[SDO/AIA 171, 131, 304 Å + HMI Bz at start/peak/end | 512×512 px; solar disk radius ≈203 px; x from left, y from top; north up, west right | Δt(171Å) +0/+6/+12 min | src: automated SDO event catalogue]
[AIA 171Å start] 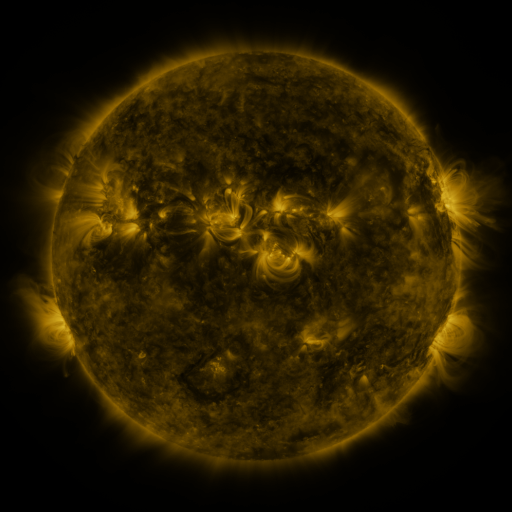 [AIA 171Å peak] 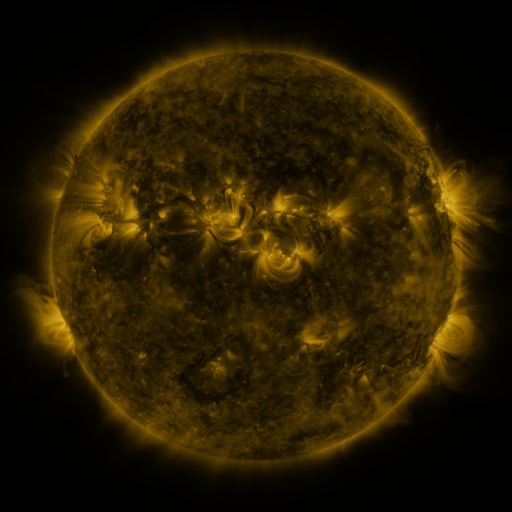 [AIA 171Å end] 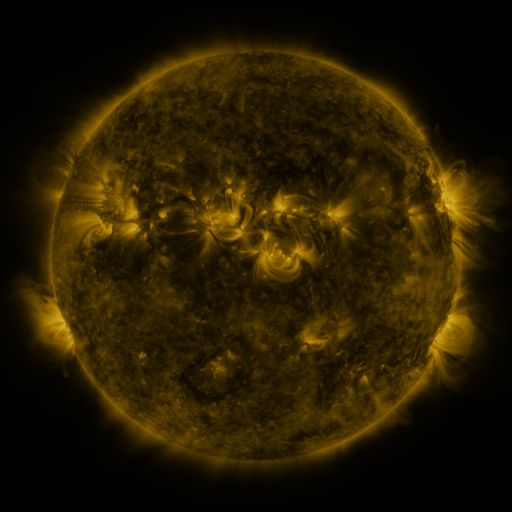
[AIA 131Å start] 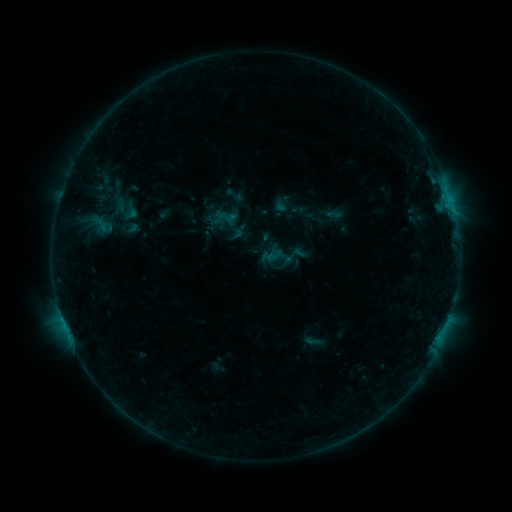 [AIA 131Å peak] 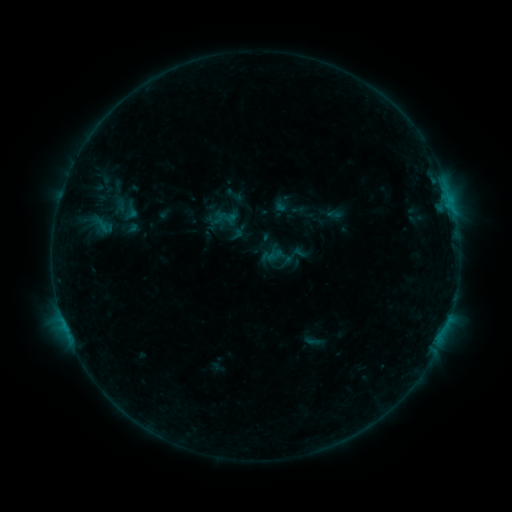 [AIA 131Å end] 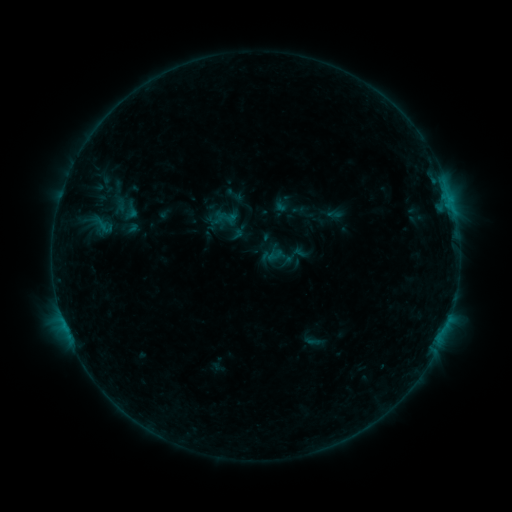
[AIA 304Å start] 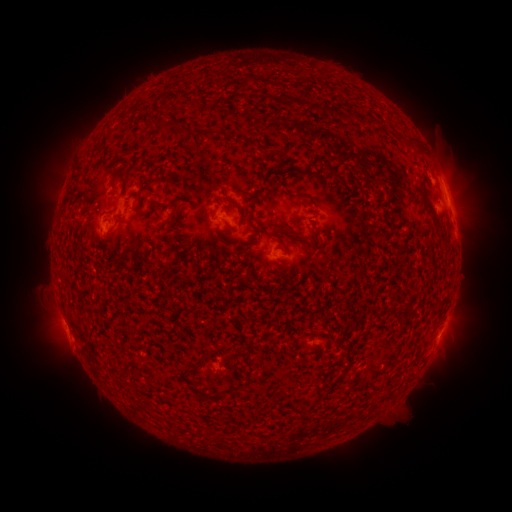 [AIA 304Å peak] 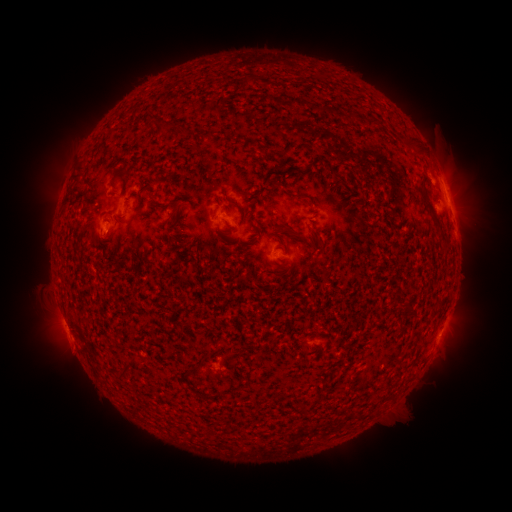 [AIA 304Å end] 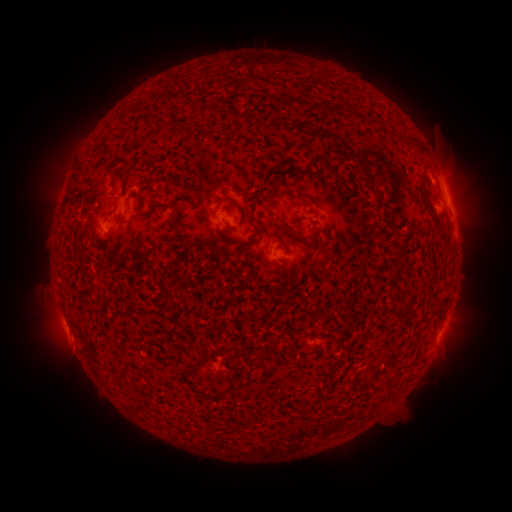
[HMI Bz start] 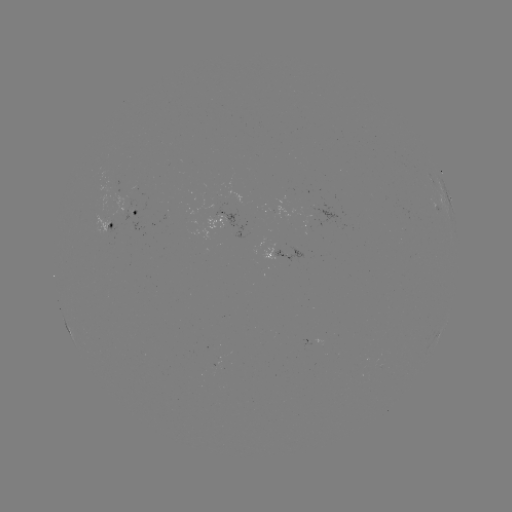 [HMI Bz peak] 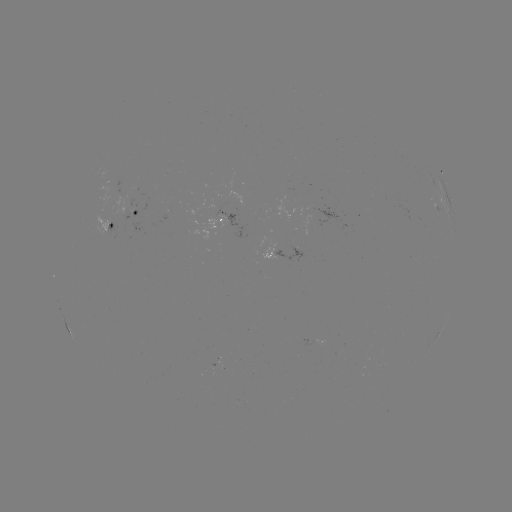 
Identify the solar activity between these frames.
no catalogued flare and no flagged EUV brightening in this window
